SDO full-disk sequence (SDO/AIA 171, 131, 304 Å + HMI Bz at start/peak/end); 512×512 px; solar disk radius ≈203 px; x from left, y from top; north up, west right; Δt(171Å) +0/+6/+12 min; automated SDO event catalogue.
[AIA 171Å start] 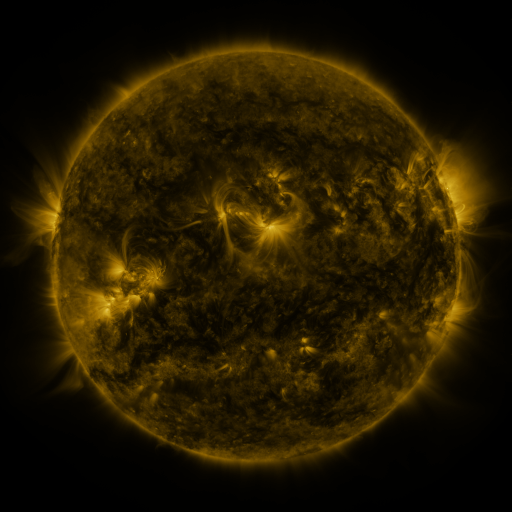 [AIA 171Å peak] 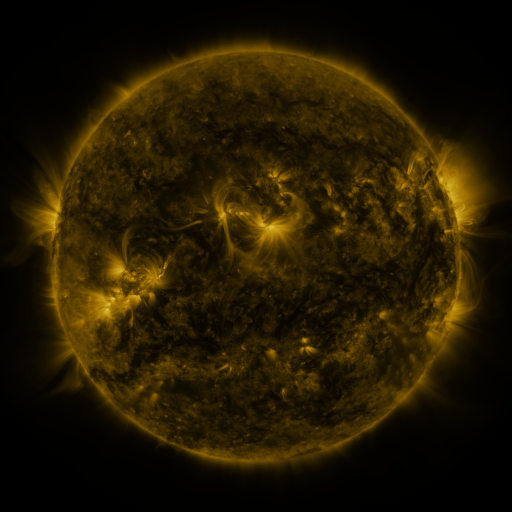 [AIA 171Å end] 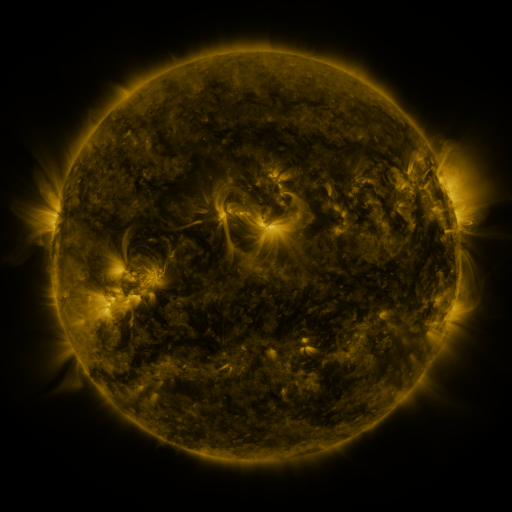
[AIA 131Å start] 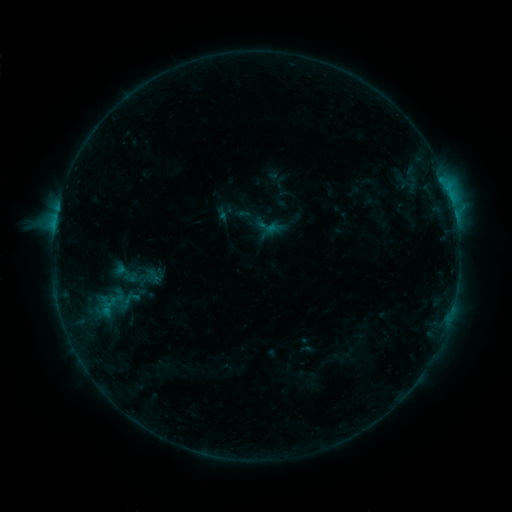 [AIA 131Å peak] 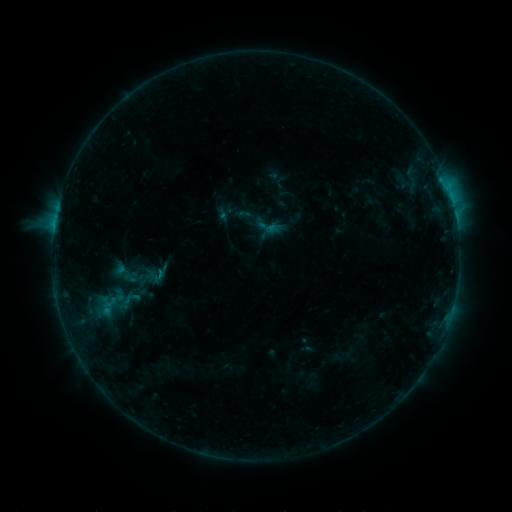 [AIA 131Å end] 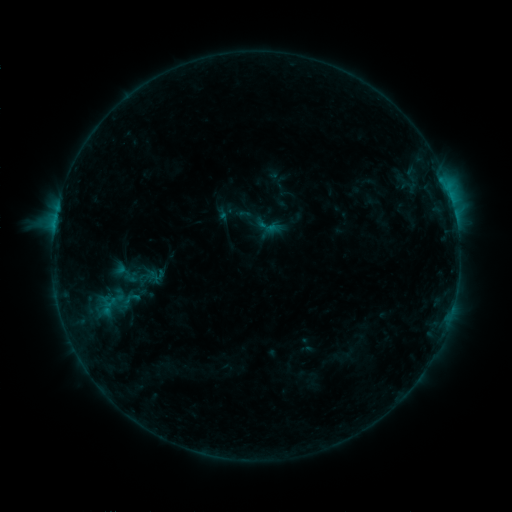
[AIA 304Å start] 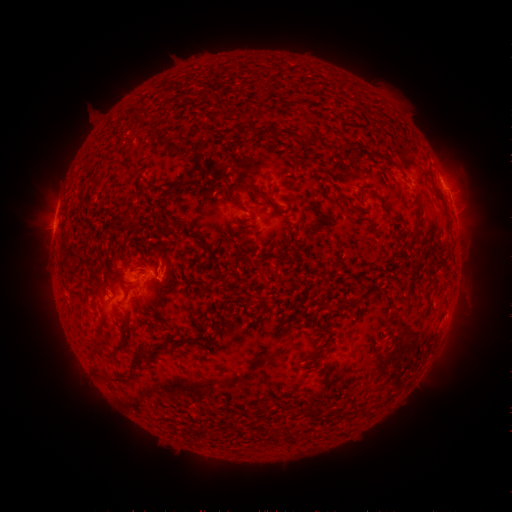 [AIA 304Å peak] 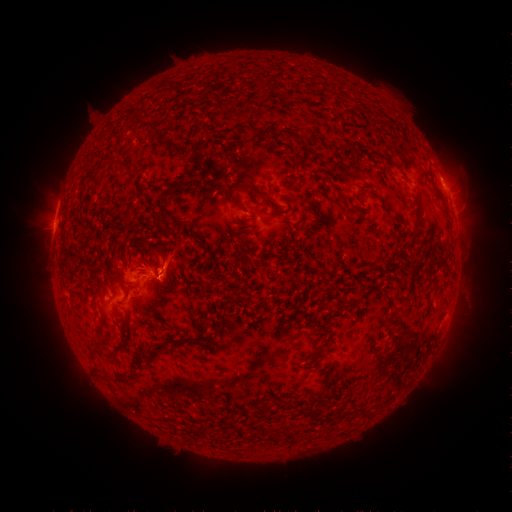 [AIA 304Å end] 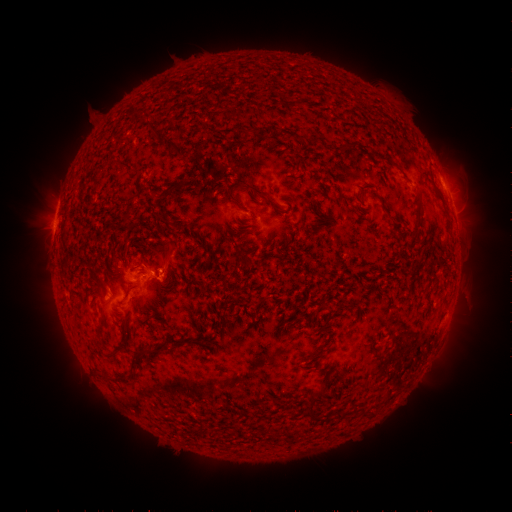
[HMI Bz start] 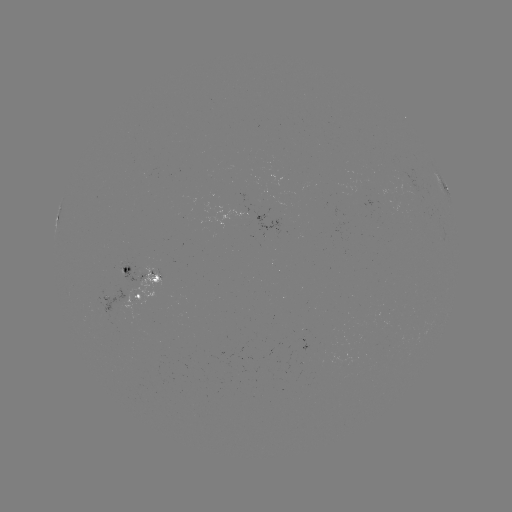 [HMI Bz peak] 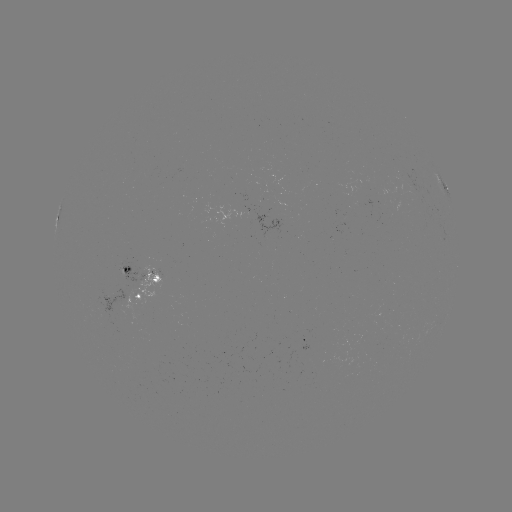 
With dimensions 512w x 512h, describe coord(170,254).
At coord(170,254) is eruption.